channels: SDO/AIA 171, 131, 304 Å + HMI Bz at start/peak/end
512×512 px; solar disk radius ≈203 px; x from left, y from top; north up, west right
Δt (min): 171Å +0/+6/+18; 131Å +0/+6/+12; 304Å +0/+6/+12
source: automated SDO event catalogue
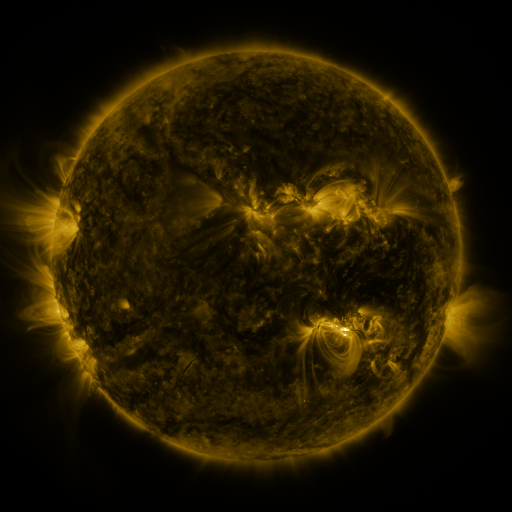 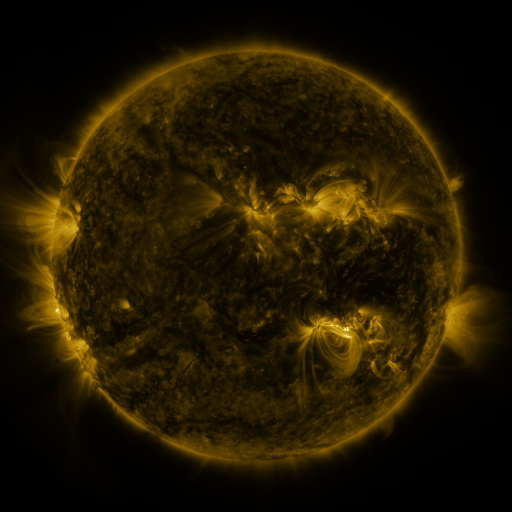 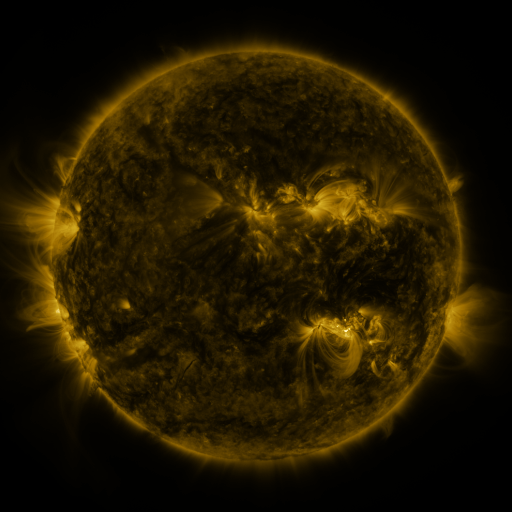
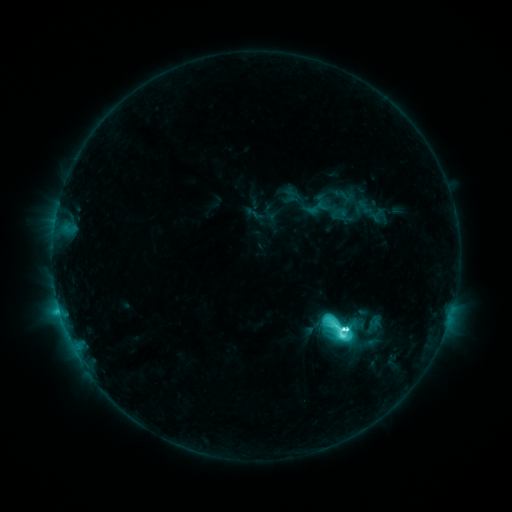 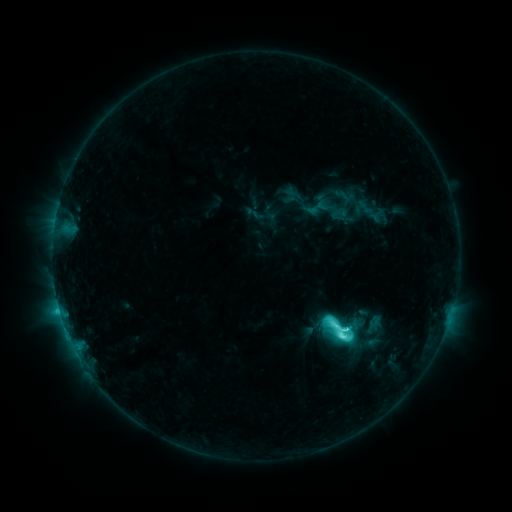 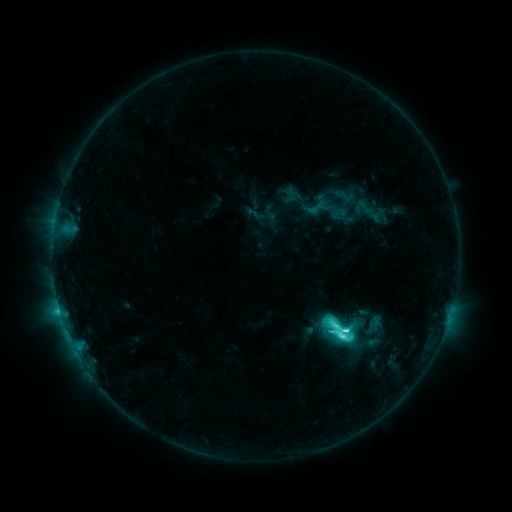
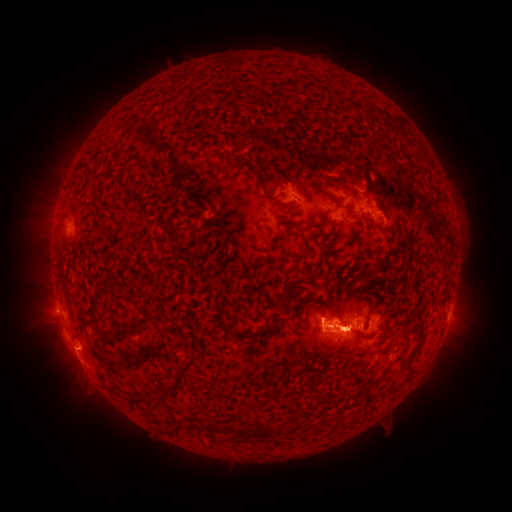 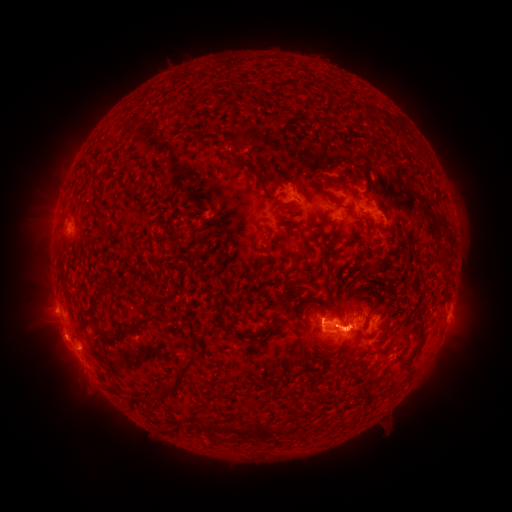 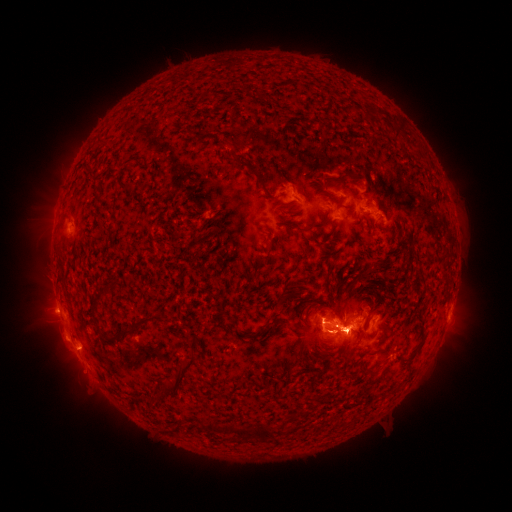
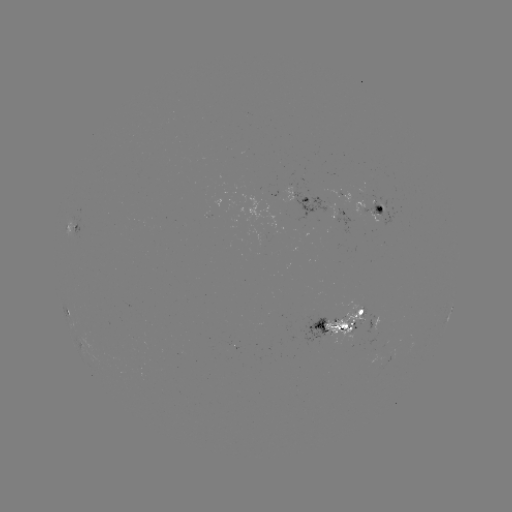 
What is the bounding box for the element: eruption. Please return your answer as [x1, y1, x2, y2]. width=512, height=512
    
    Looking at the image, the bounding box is [31, 316, 82, 364].